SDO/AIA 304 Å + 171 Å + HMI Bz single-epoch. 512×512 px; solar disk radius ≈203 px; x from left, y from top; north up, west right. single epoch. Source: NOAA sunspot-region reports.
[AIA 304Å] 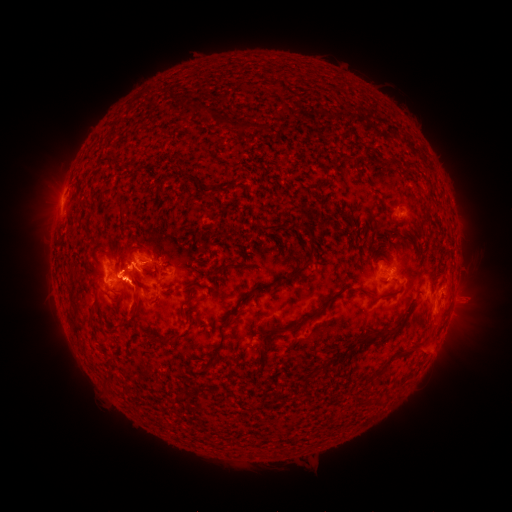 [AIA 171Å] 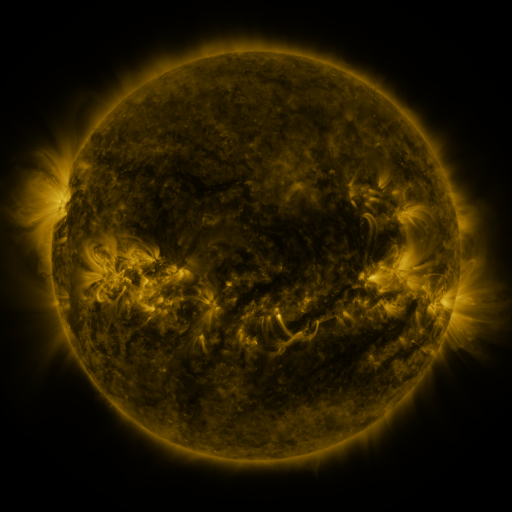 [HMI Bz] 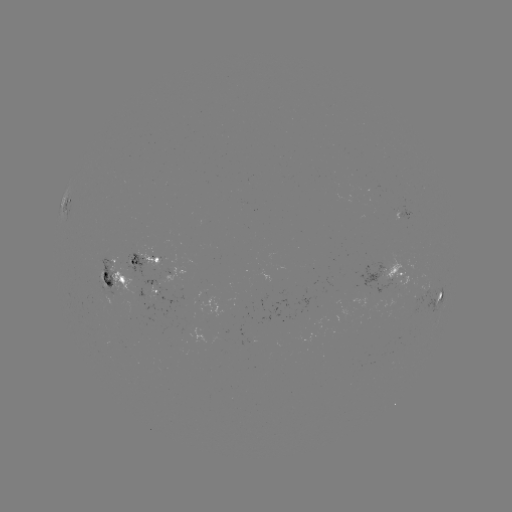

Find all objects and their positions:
spotted active region: (401, 214)
spotted active region: (145, 259)
spotted active region: (387, 272)
spotted active region: (117, 277)
spotted active region: (152, 291)
spotted active region: (440, 296)
